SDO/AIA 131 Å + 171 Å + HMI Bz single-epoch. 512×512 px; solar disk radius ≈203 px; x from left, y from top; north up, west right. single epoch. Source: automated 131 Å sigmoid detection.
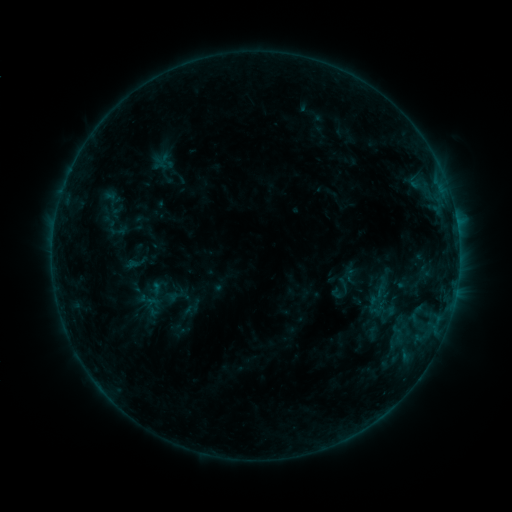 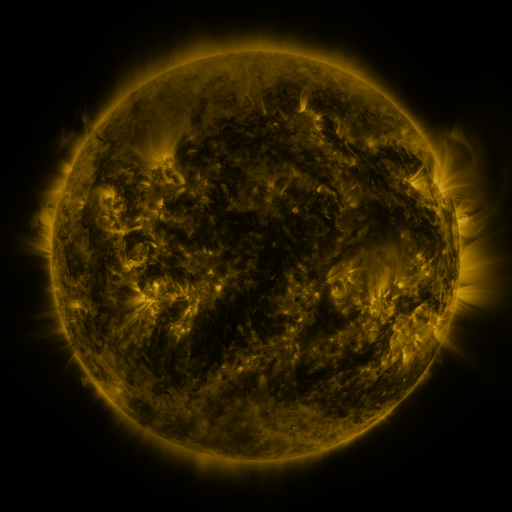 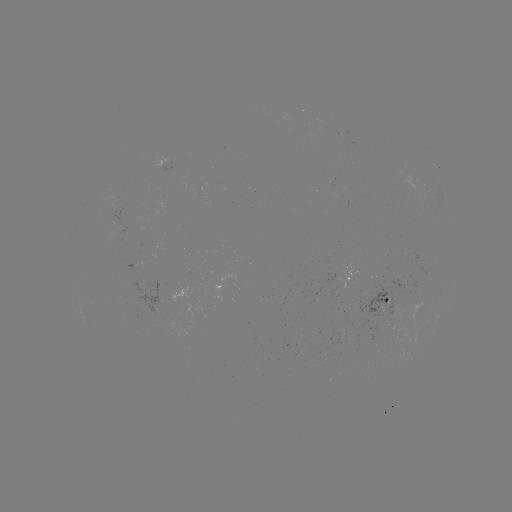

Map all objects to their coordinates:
sigmoid: <bbox>141, 275, 184, 310</bbox>
sigmoid: <bbox>366, 287, 386, 309</bbox>
